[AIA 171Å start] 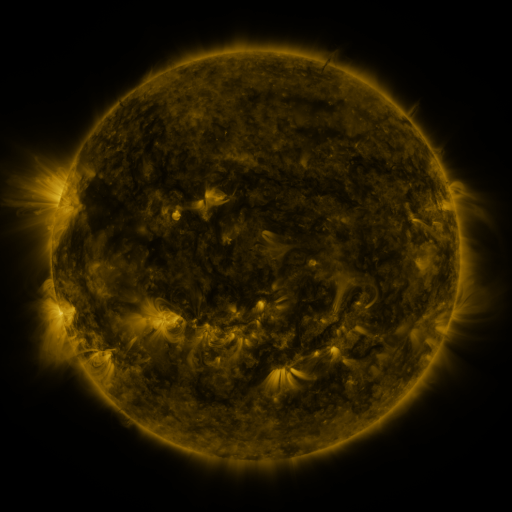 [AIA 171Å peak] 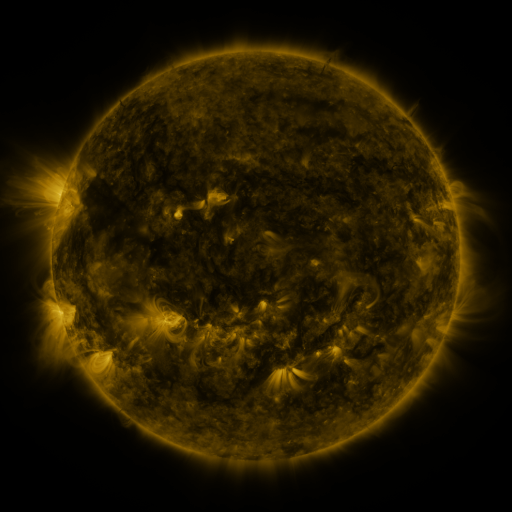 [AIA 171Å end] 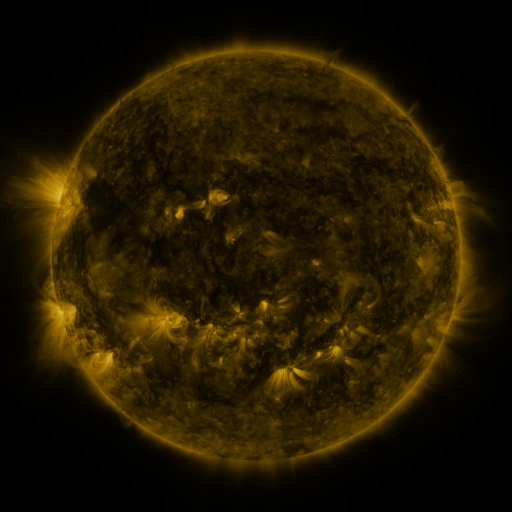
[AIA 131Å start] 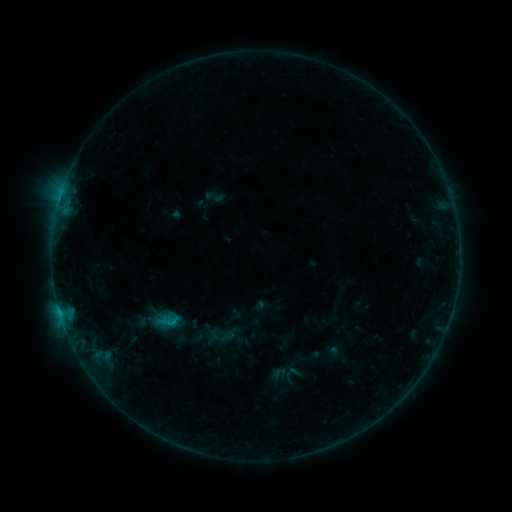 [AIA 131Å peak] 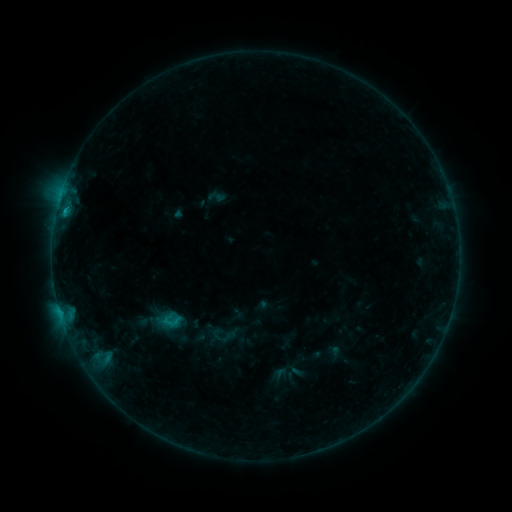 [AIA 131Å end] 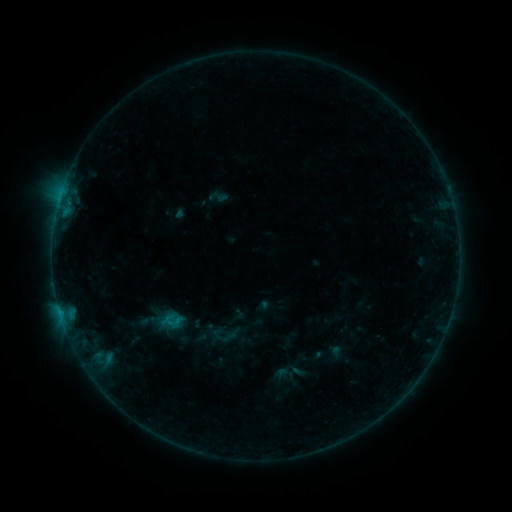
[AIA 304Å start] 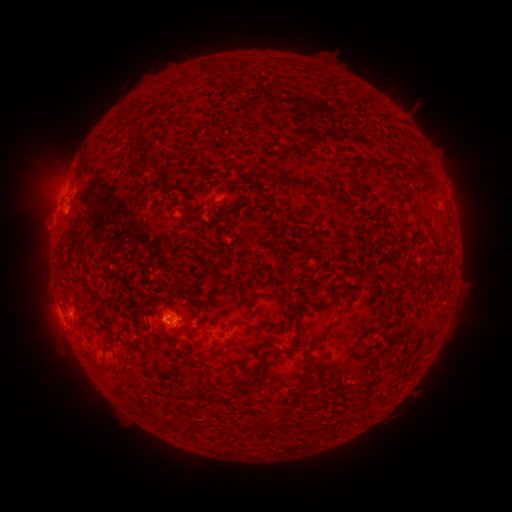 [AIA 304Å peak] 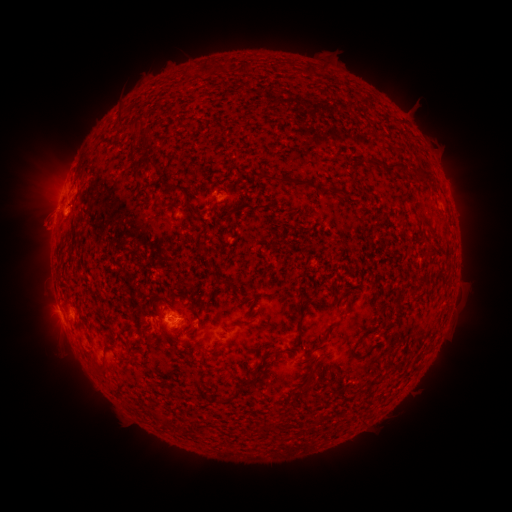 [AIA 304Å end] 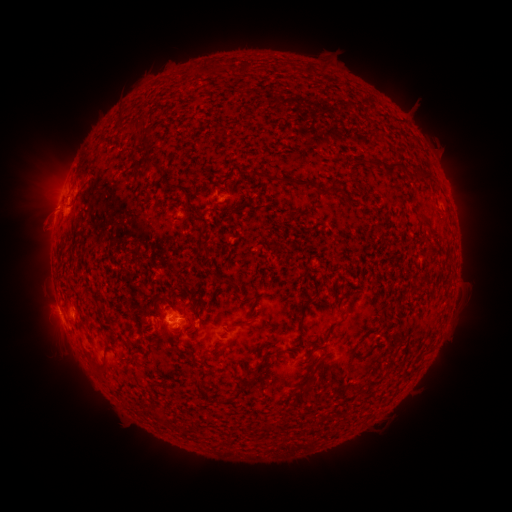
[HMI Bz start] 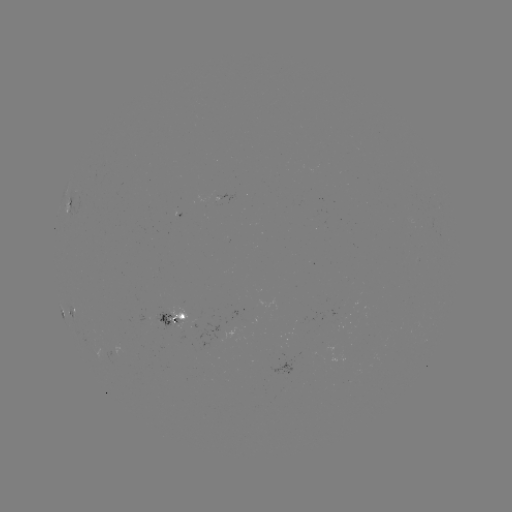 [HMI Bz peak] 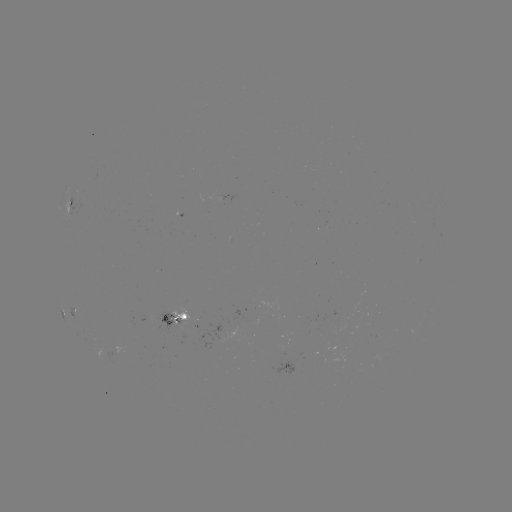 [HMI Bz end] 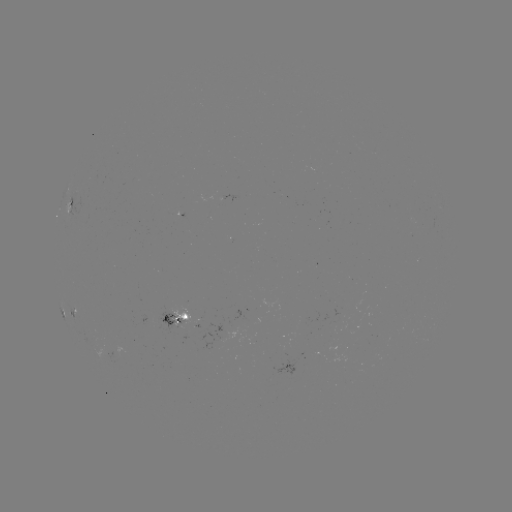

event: emerging-flux region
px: (339, 318)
